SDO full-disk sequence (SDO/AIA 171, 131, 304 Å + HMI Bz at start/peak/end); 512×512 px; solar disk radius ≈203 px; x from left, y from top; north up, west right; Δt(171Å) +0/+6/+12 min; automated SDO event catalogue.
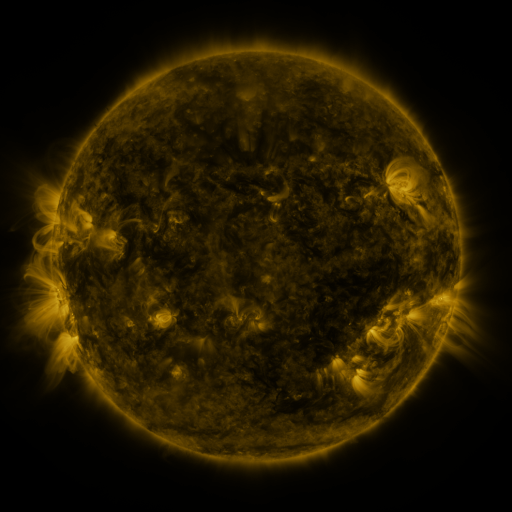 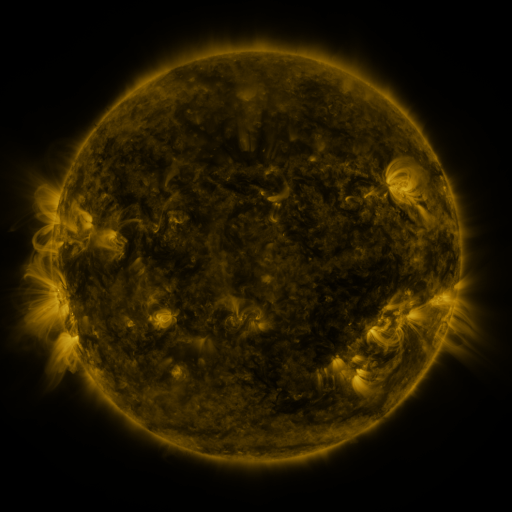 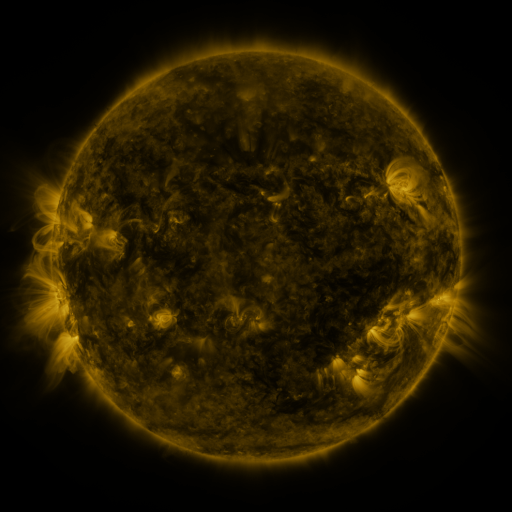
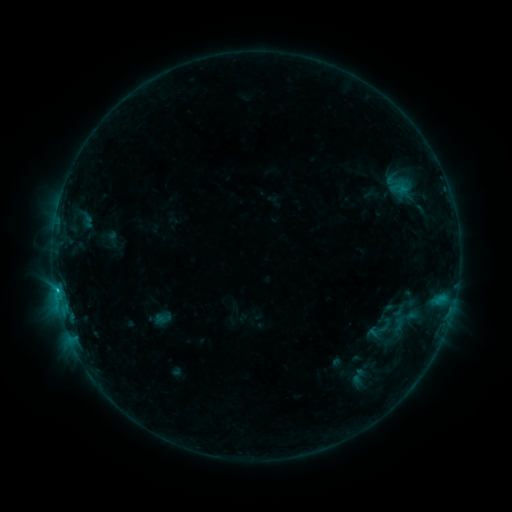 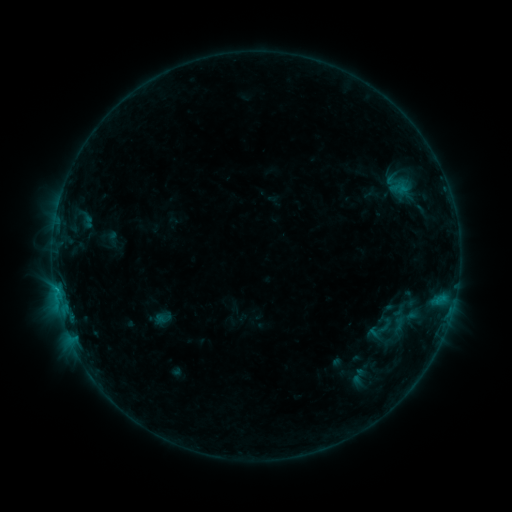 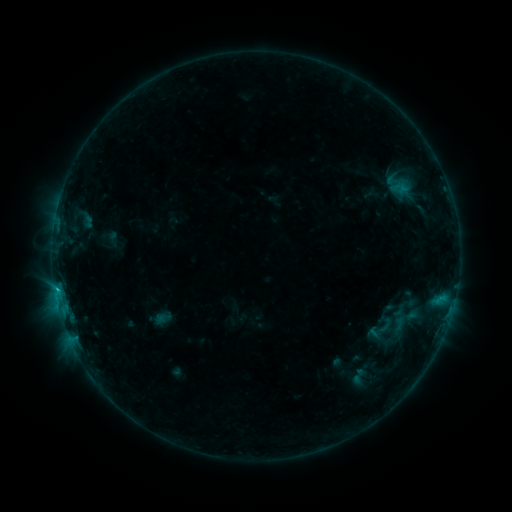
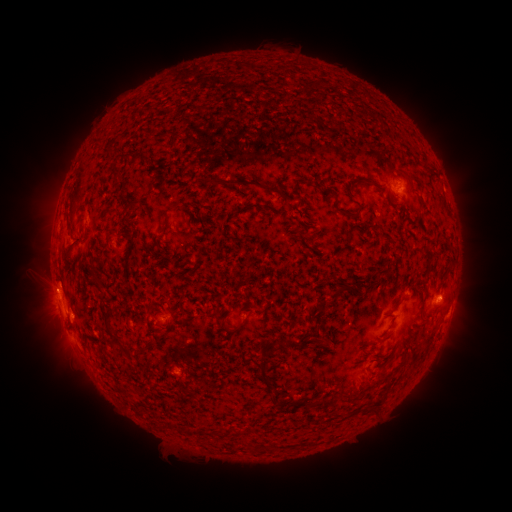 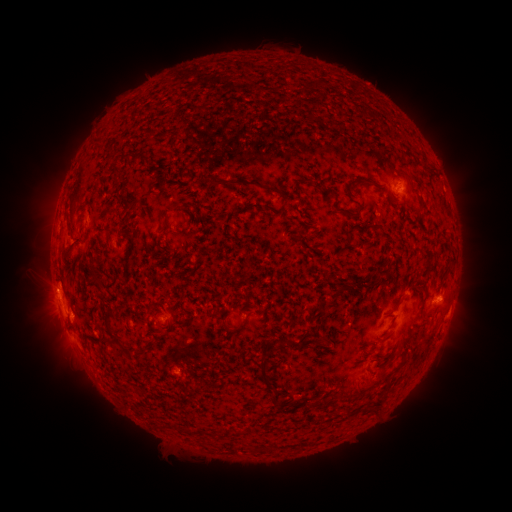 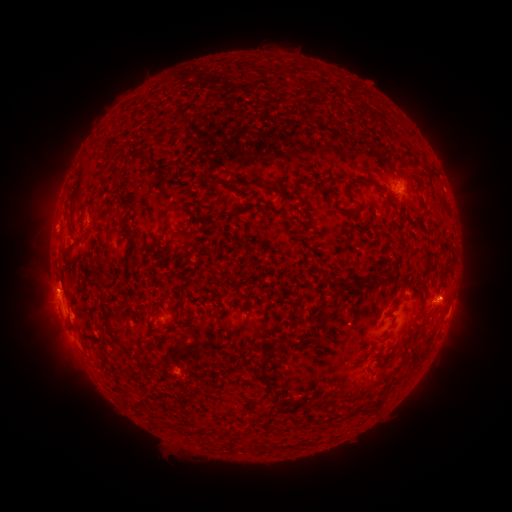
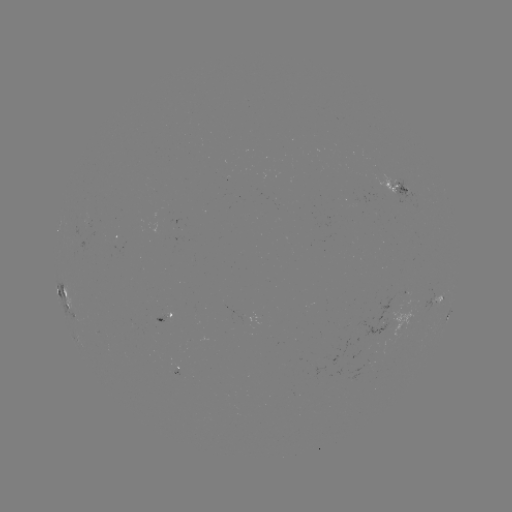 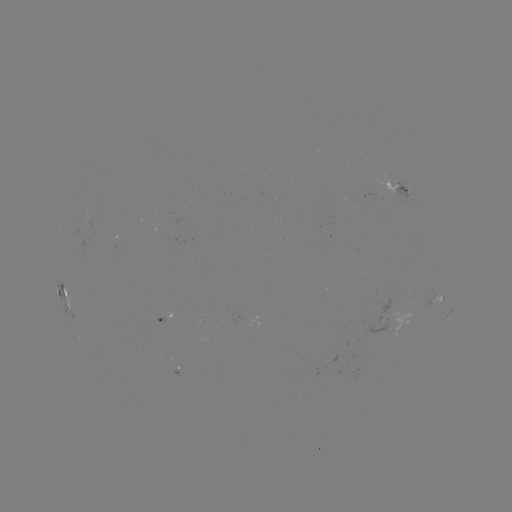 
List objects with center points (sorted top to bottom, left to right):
B7.8 flare: (58, 289)
